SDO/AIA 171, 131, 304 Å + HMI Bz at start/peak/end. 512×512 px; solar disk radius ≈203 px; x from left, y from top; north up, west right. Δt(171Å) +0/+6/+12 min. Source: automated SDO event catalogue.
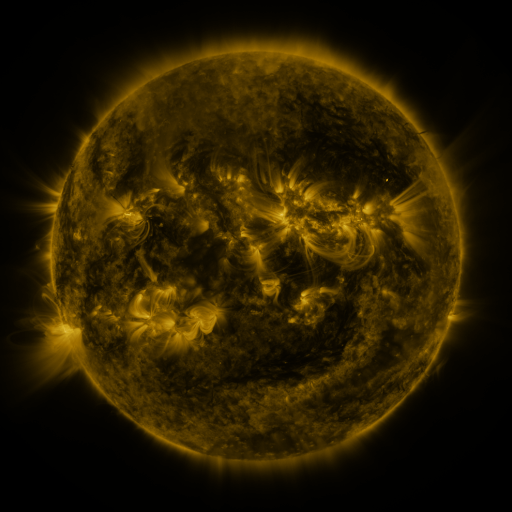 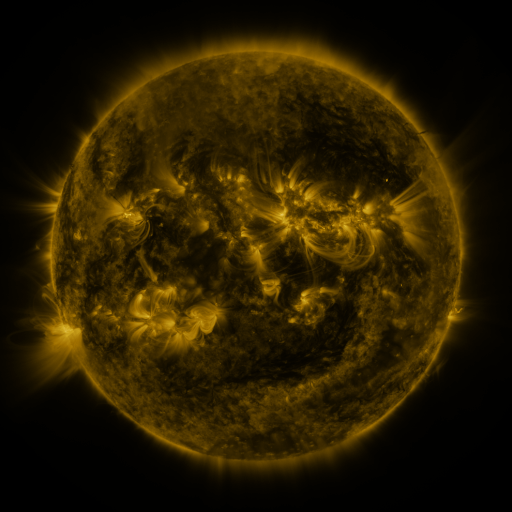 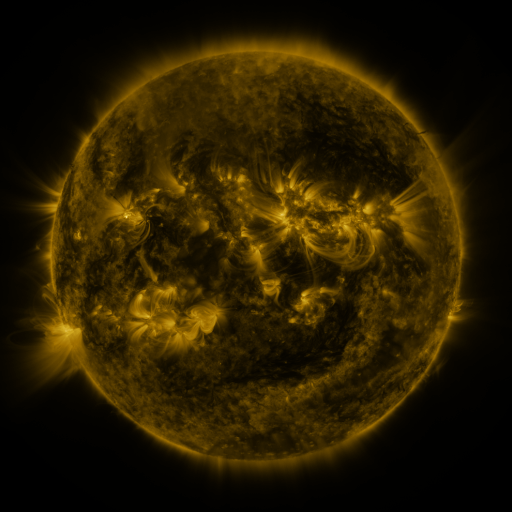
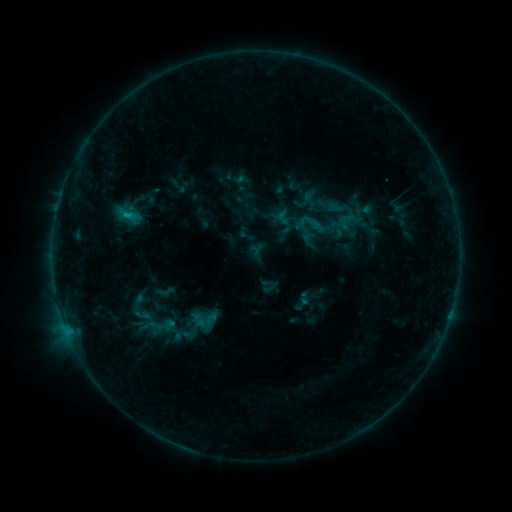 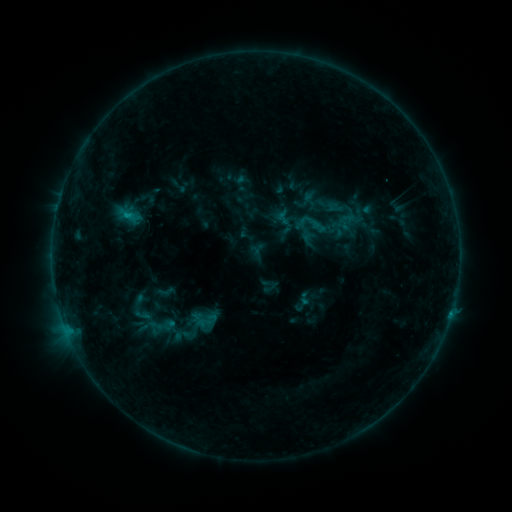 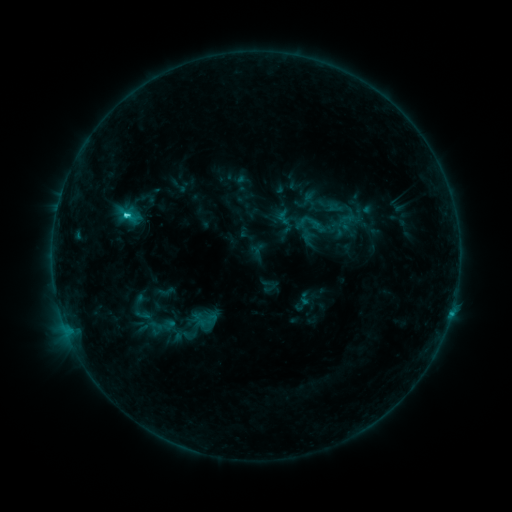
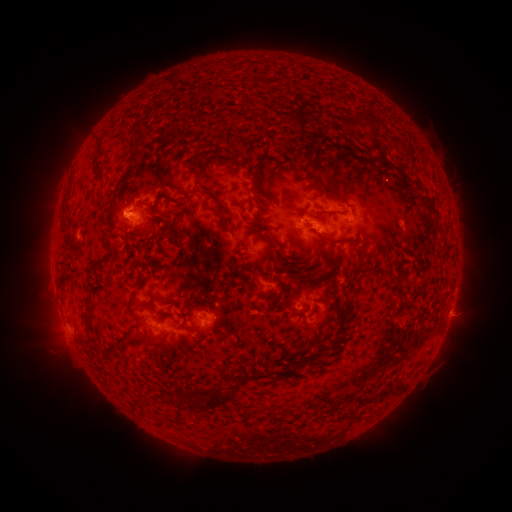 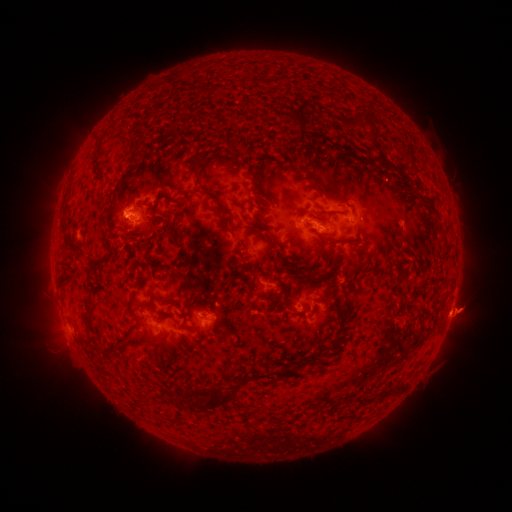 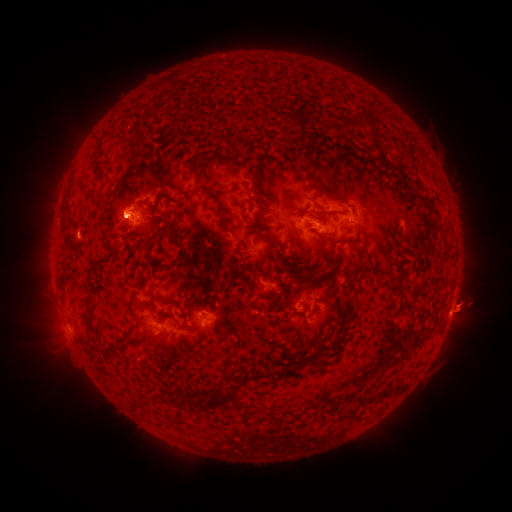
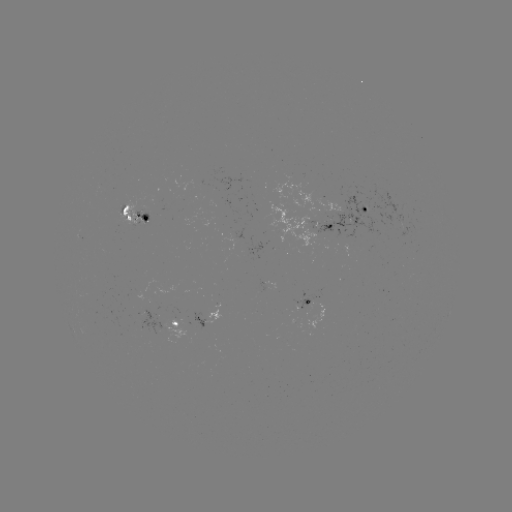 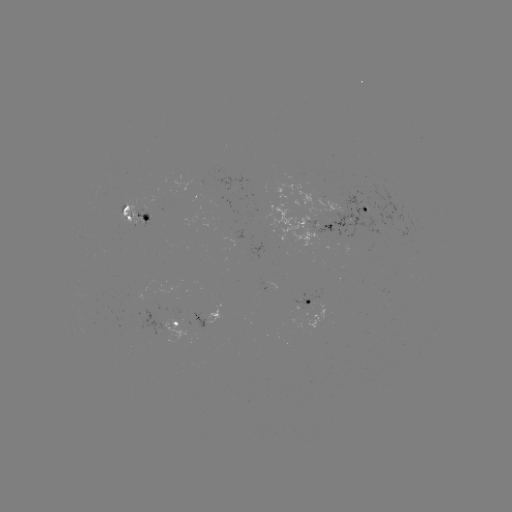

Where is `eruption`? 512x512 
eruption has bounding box [435, 279, 489, 334].